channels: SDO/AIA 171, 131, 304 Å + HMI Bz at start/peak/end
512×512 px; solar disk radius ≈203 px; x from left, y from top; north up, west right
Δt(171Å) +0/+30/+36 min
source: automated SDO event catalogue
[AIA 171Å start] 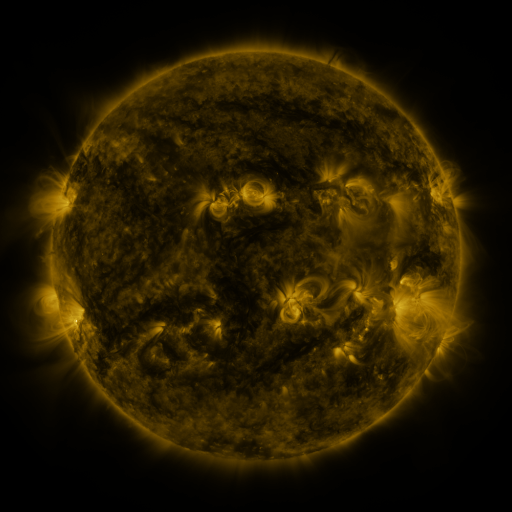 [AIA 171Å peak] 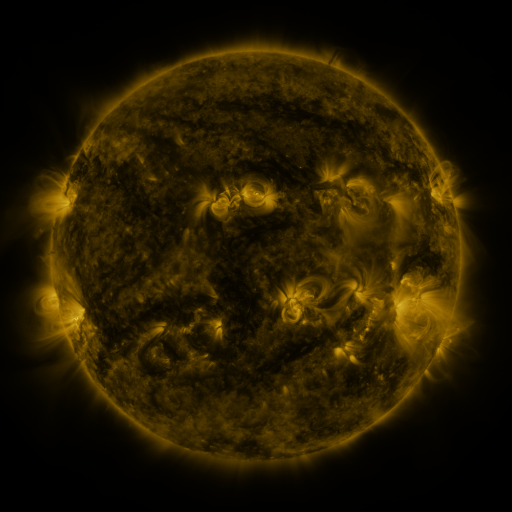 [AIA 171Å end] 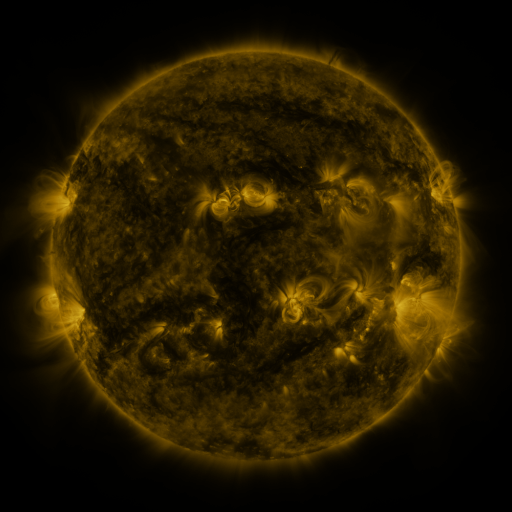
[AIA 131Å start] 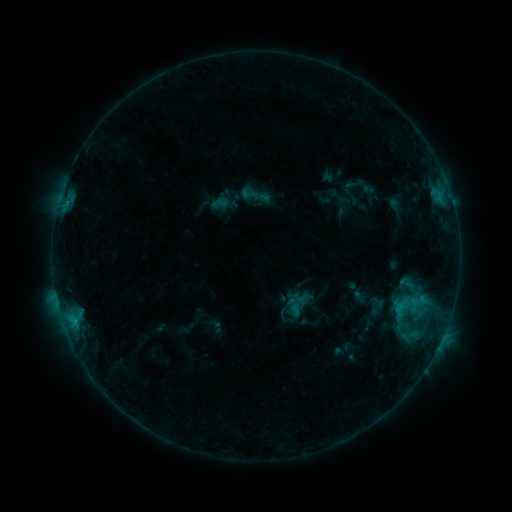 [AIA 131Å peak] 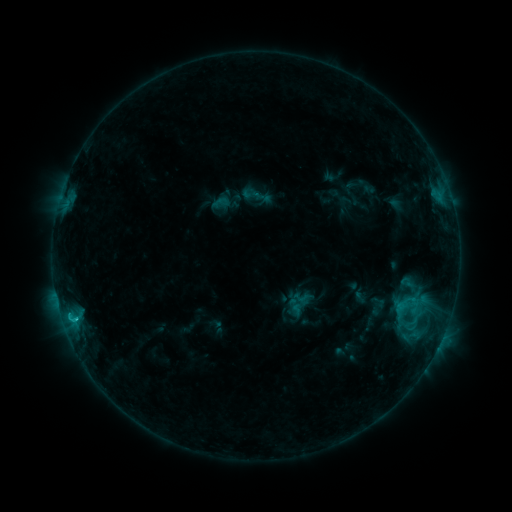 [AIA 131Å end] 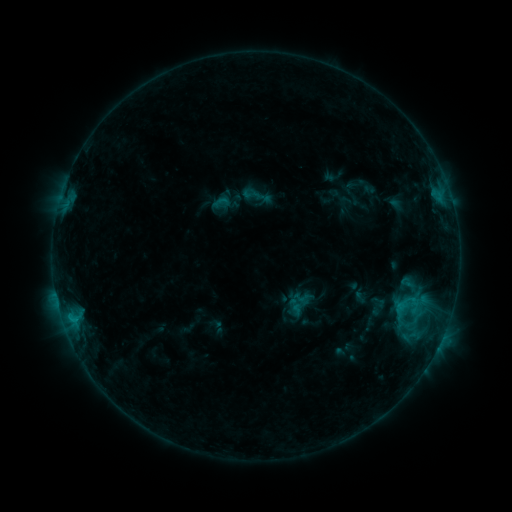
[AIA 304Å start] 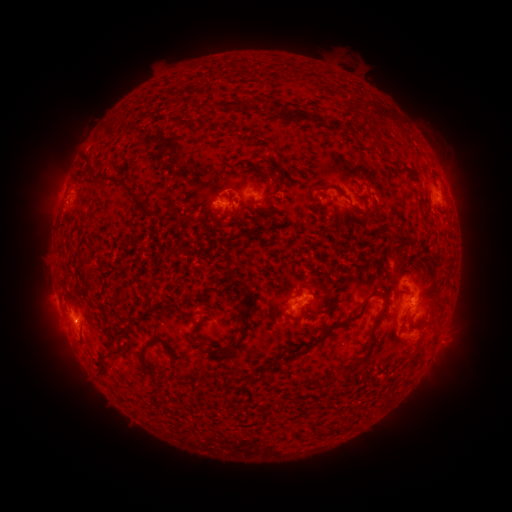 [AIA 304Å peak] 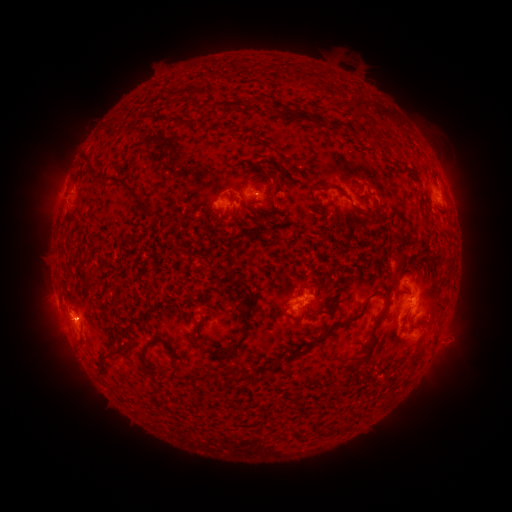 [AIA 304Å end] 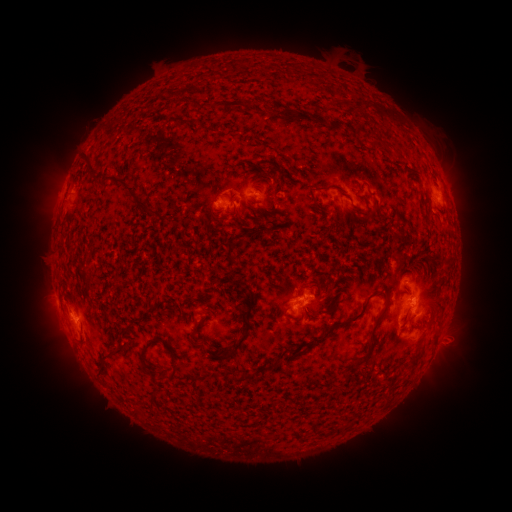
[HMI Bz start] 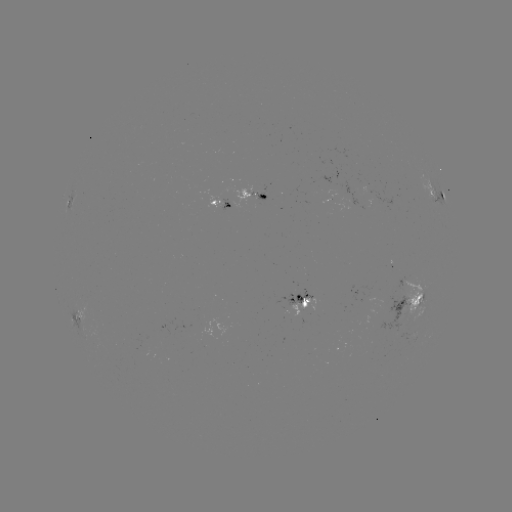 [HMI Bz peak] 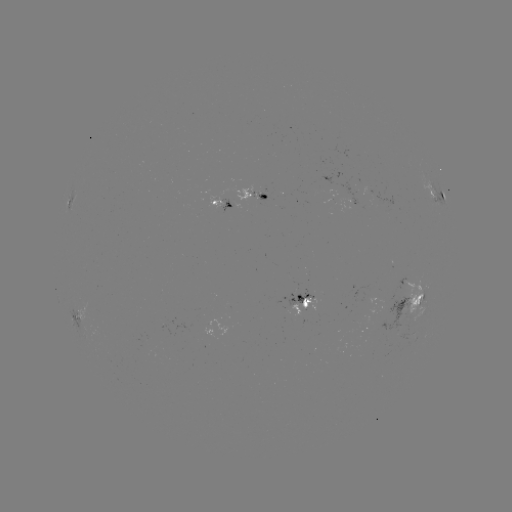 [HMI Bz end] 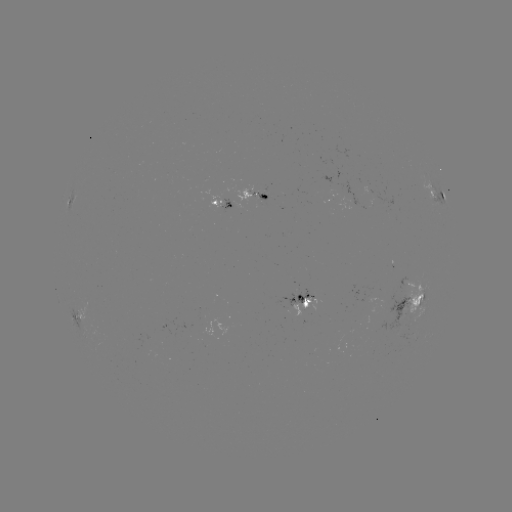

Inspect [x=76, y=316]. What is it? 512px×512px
C1.3 flare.